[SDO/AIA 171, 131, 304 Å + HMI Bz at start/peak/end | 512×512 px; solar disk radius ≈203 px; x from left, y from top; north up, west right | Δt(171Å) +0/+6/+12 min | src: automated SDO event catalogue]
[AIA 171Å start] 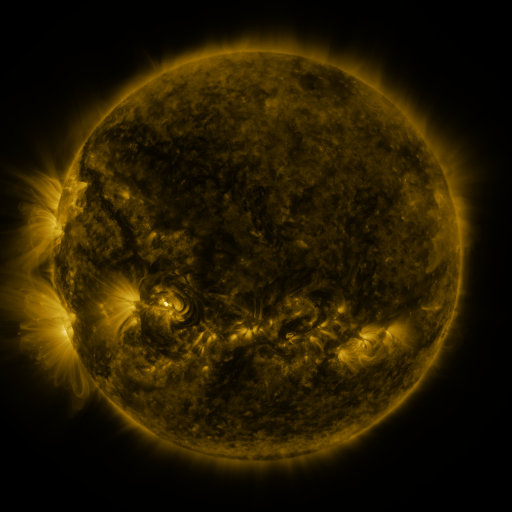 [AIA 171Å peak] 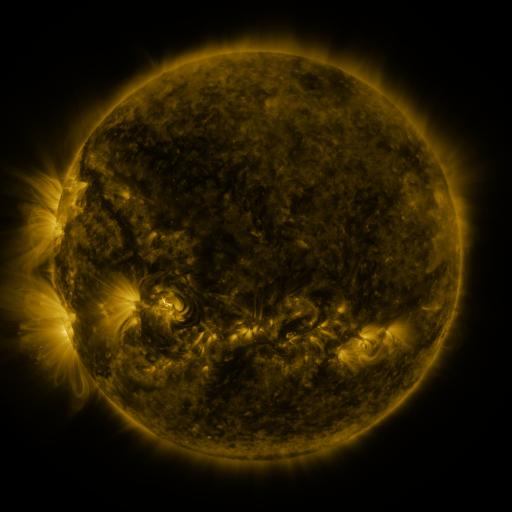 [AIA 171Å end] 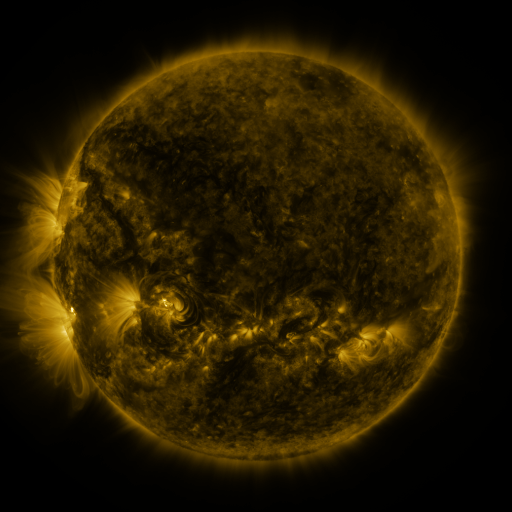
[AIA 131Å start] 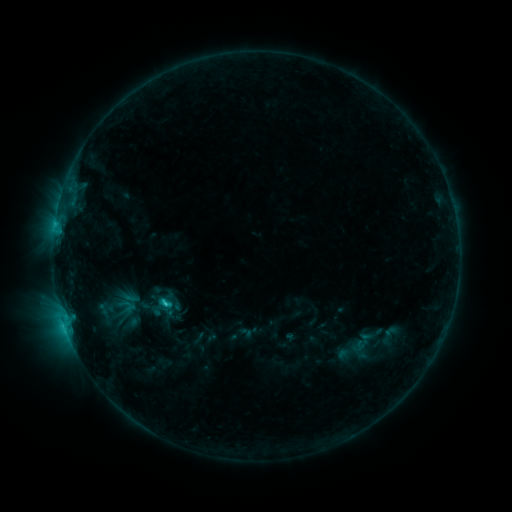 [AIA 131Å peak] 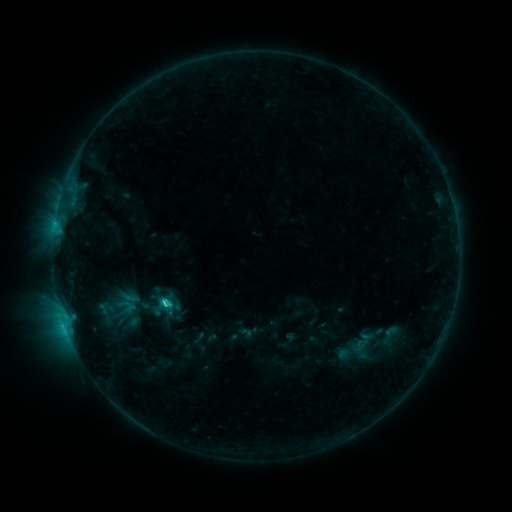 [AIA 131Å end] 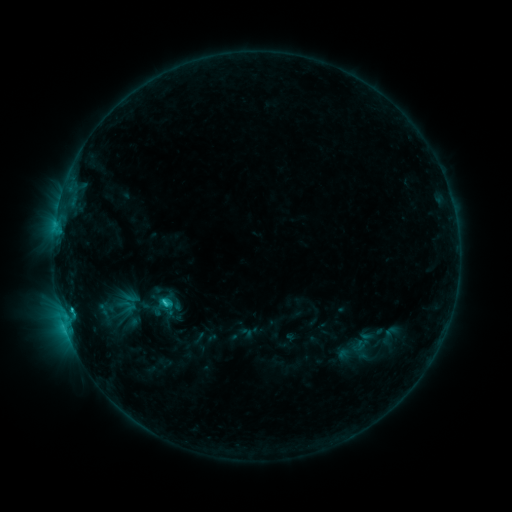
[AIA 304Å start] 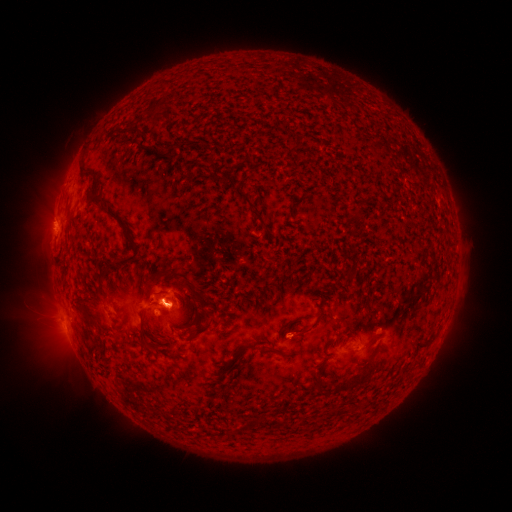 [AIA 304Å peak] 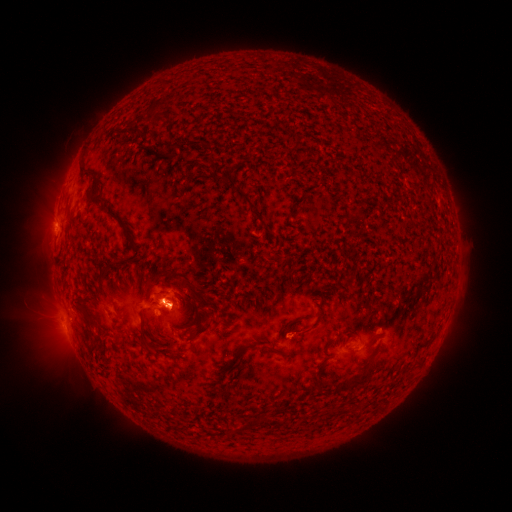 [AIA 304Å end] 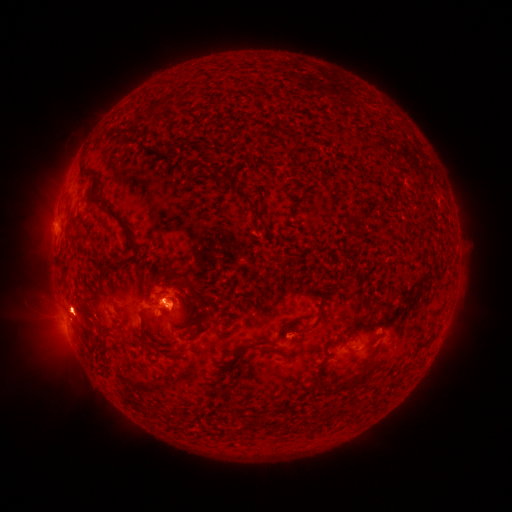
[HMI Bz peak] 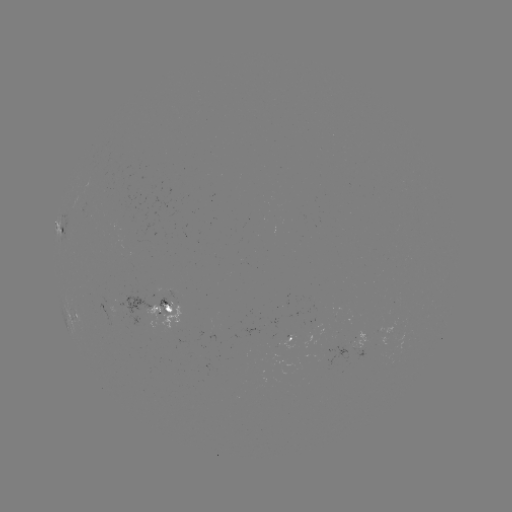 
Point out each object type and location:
C2.3 flare: (164, 302)
